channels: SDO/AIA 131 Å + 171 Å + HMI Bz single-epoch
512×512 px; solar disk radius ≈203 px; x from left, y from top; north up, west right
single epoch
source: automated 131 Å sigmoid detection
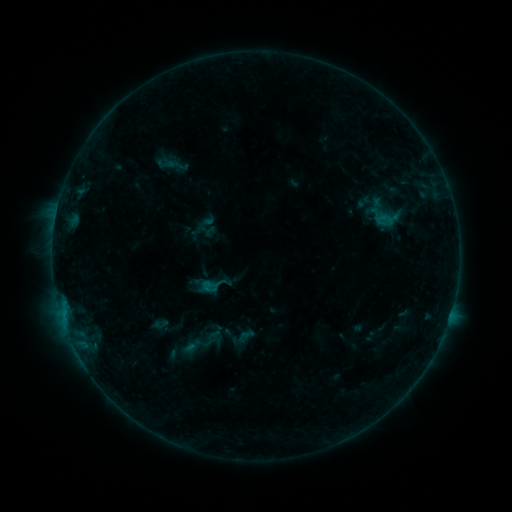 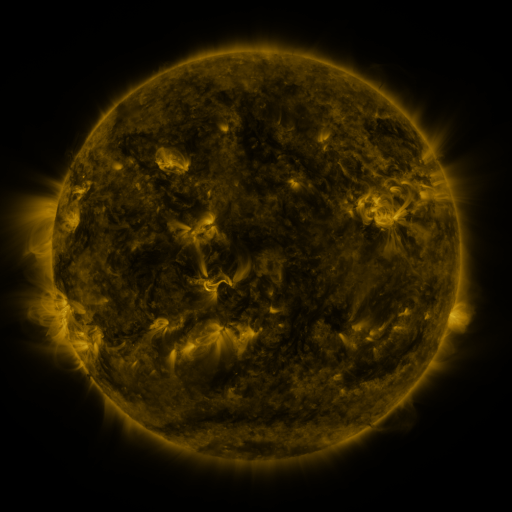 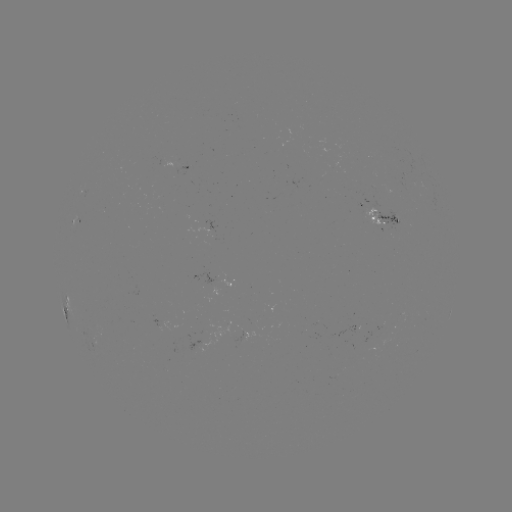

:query sigmoid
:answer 212,285